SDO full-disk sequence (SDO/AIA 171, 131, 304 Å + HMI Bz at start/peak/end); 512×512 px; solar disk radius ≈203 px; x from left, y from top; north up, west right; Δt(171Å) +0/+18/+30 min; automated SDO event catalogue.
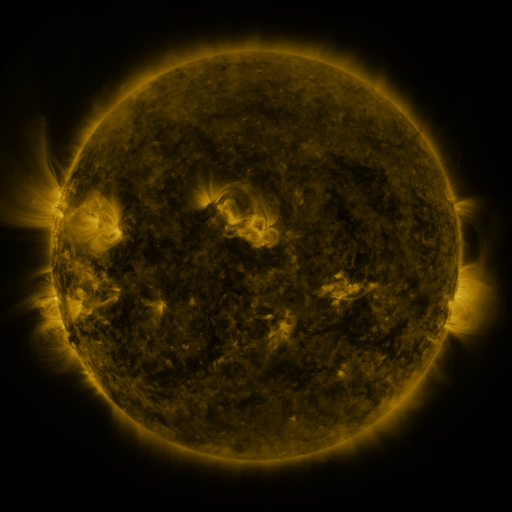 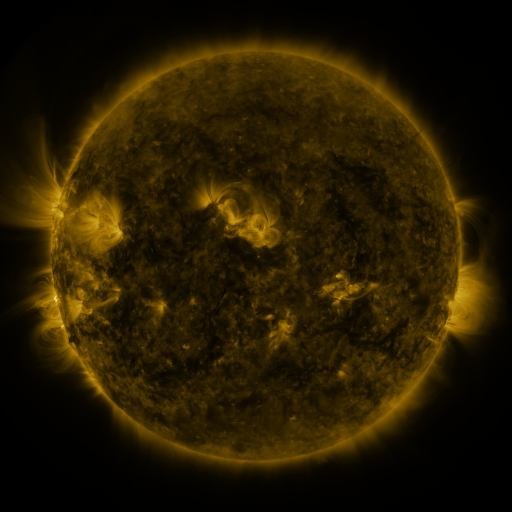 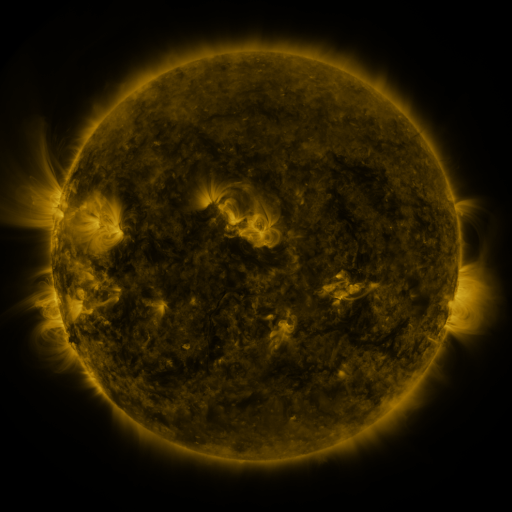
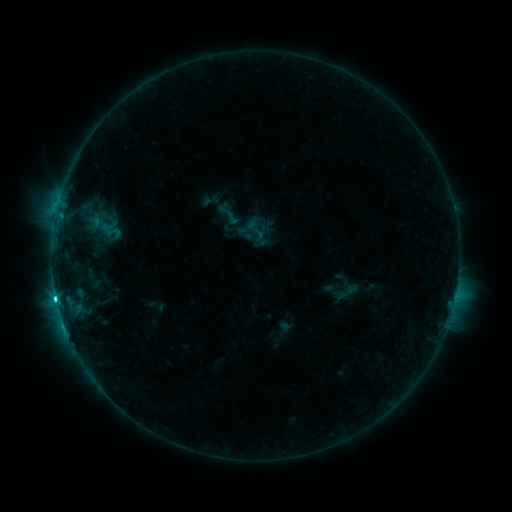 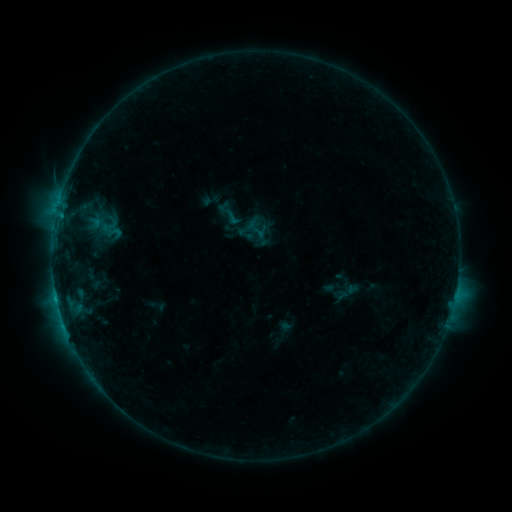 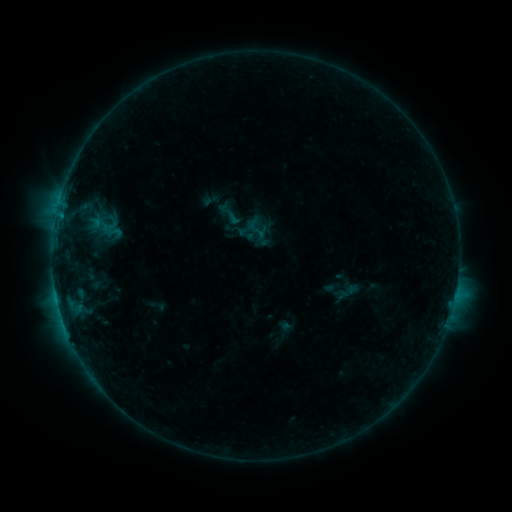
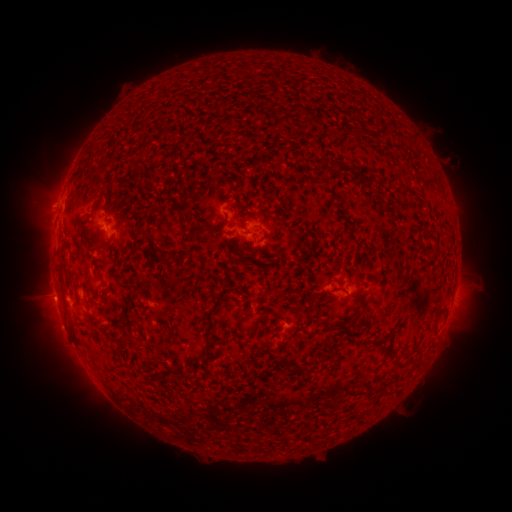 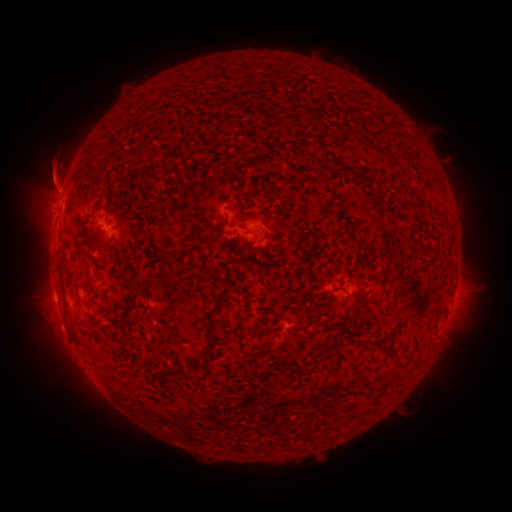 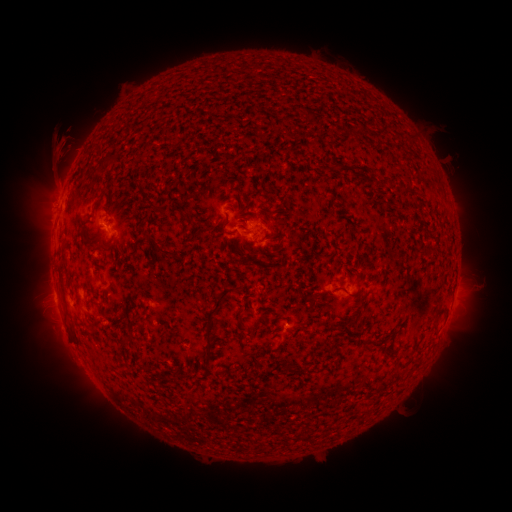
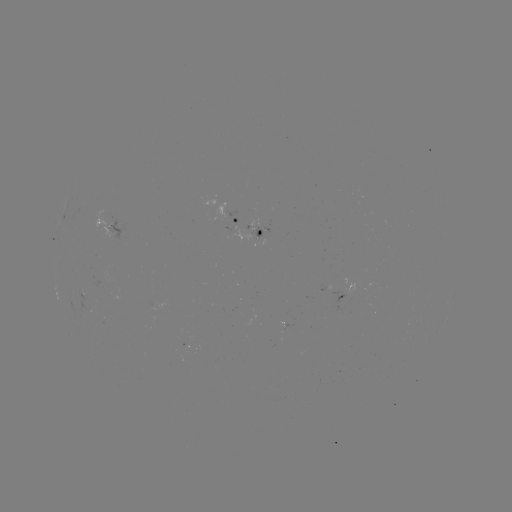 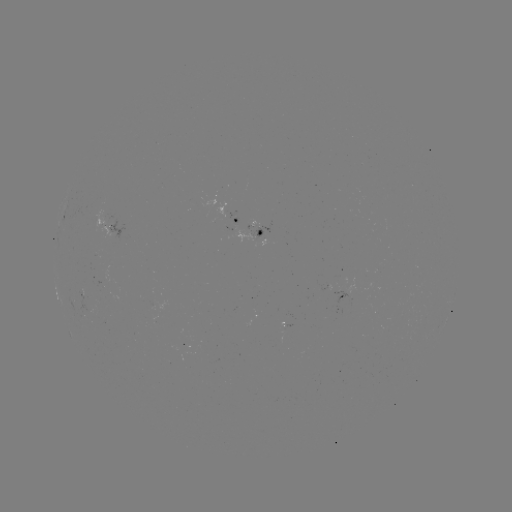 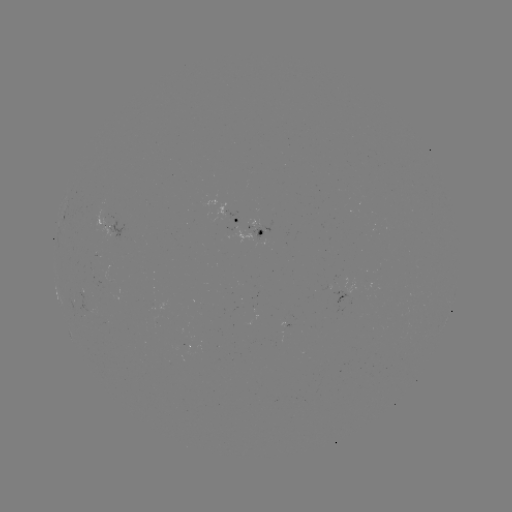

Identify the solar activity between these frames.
eruption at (53, 179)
